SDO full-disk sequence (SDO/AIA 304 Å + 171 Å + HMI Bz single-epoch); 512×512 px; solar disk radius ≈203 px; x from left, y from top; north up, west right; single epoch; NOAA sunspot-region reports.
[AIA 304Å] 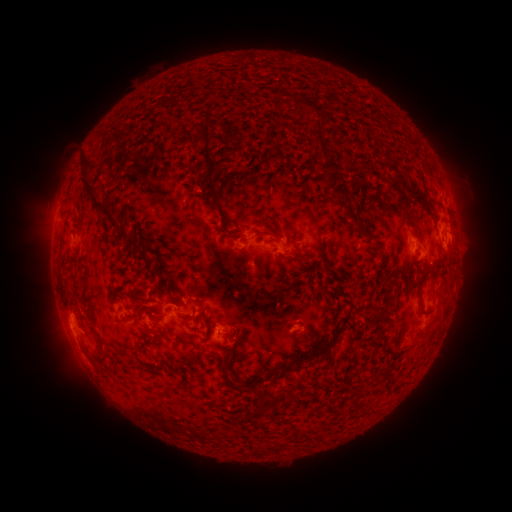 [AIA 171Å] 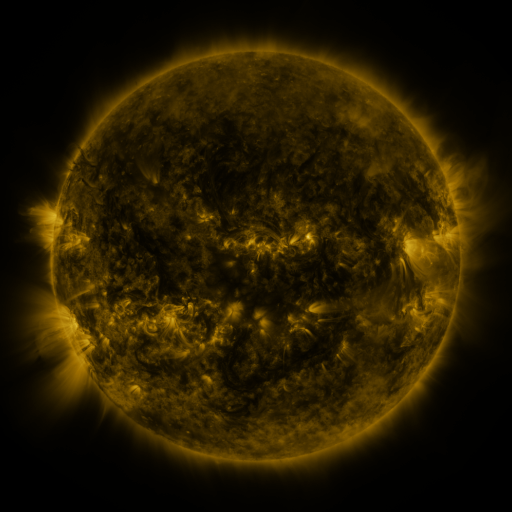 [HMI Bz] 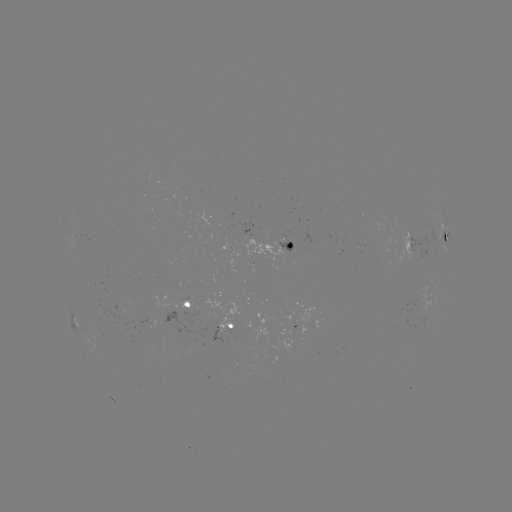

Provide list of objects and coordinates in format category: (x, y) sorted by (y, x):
spotted active region: (448, 239)
spotted active region: (412, 243)
spotted active region: (270, 245)
spotted active region: (190, 307)
spotted active region: (228, 329)
